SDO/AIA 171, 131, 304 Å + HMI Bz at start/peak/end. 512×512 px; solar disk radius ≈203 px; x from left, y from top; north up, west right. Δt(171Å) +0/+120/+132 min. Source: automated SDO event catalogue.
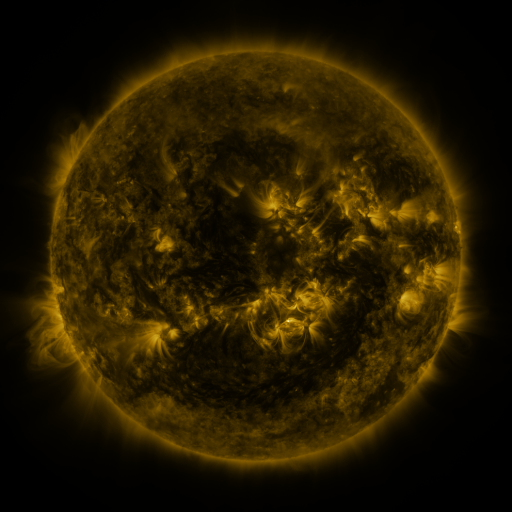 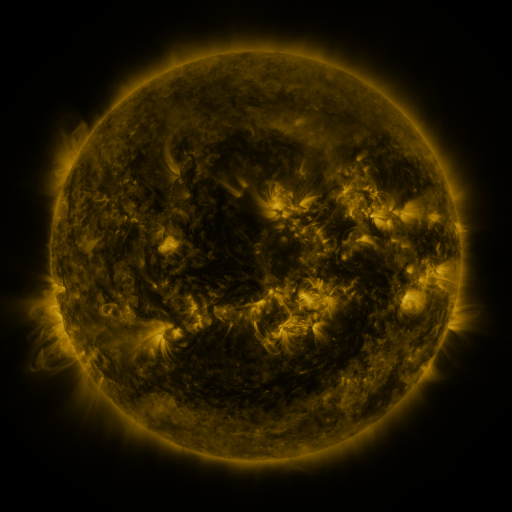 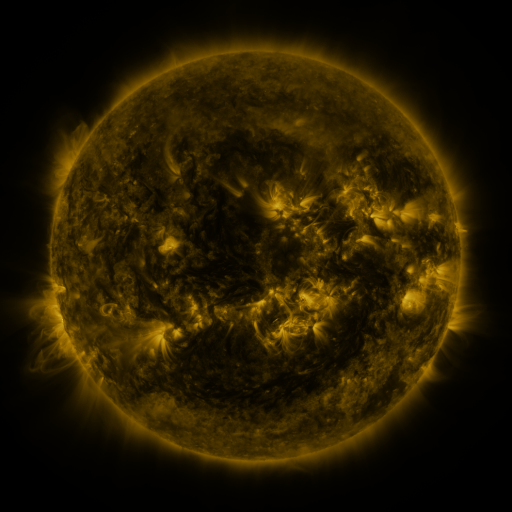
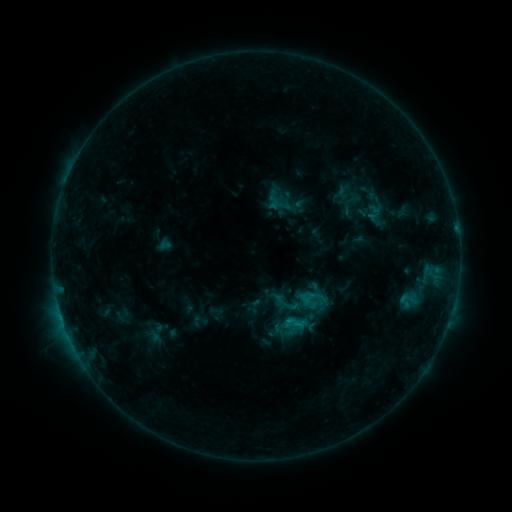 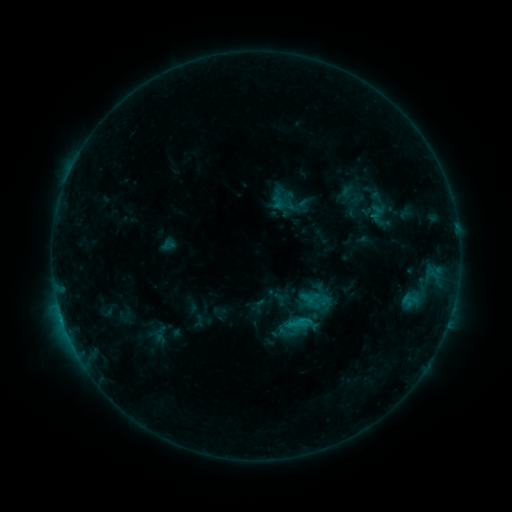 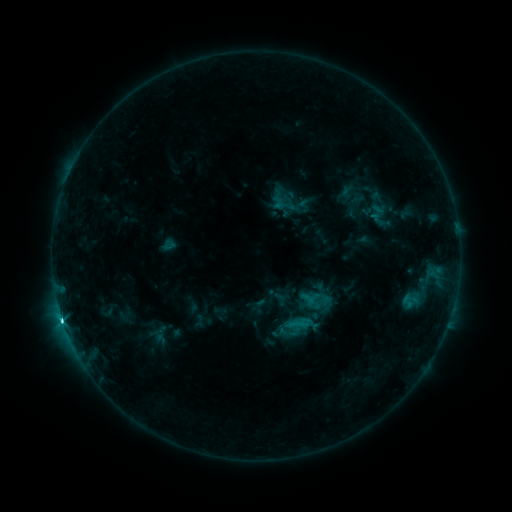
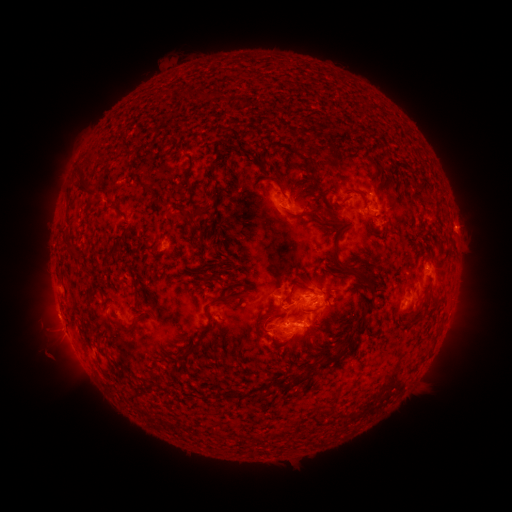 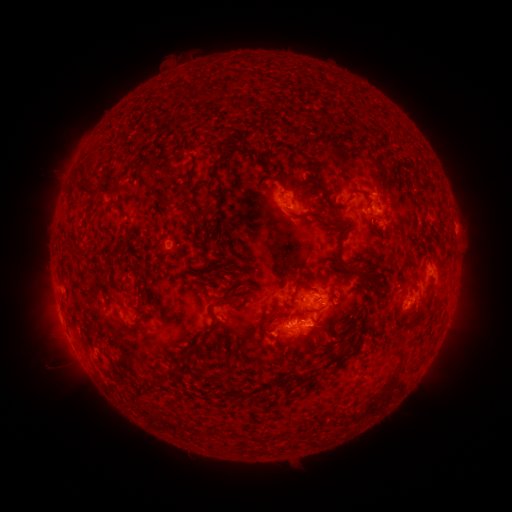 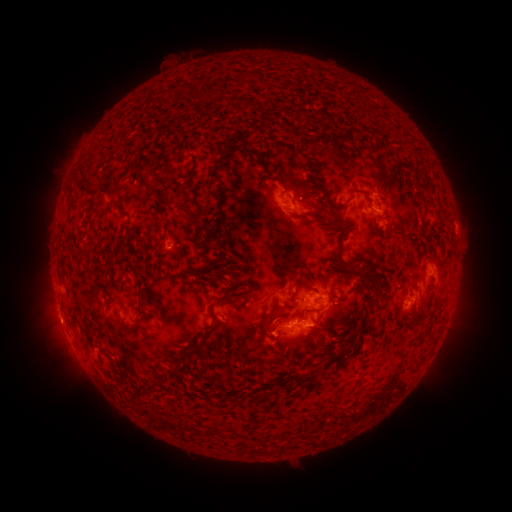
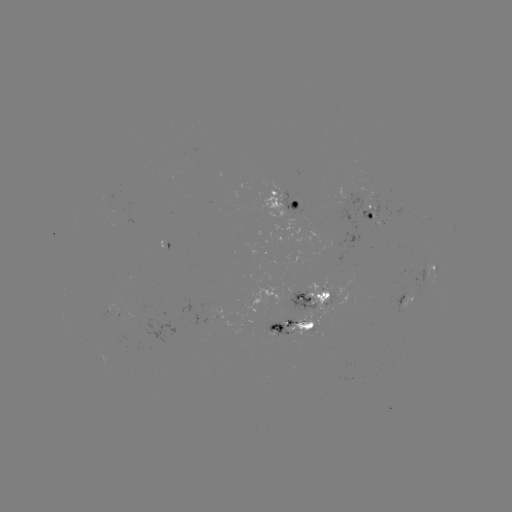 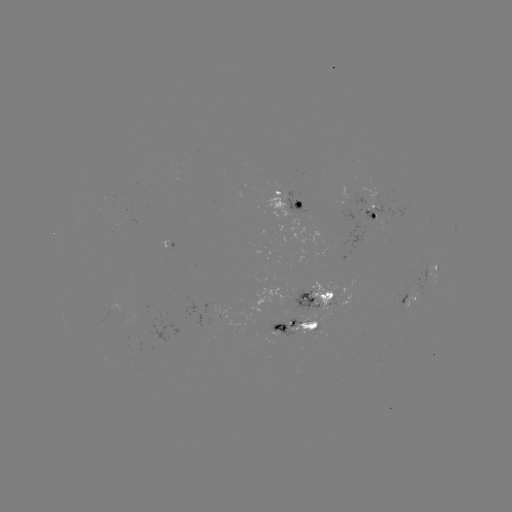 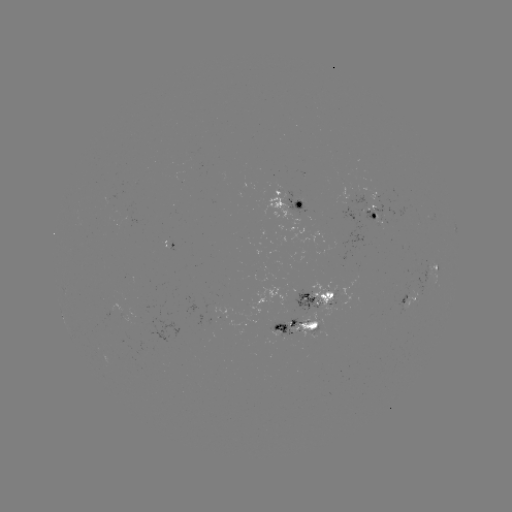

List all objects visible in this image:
emerging-flux region: (326, 304)
